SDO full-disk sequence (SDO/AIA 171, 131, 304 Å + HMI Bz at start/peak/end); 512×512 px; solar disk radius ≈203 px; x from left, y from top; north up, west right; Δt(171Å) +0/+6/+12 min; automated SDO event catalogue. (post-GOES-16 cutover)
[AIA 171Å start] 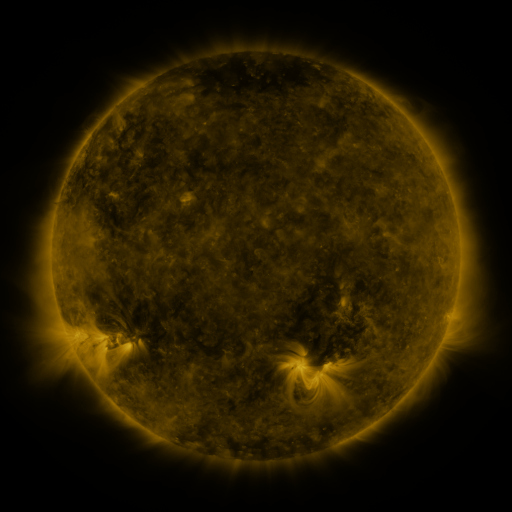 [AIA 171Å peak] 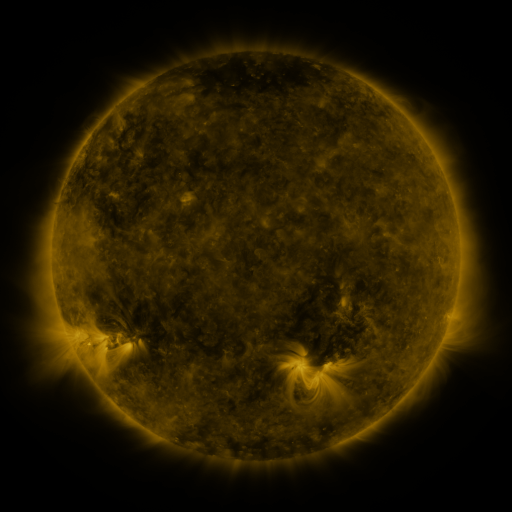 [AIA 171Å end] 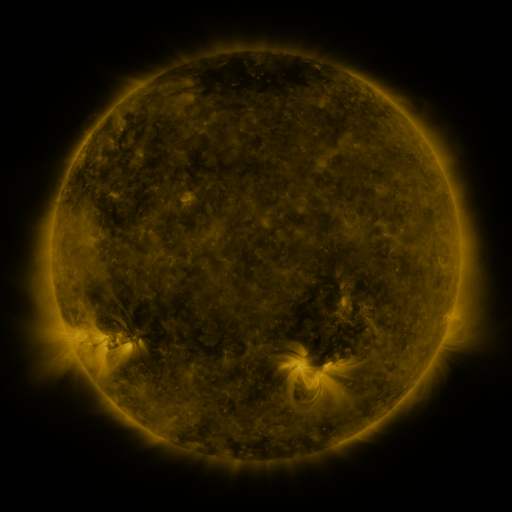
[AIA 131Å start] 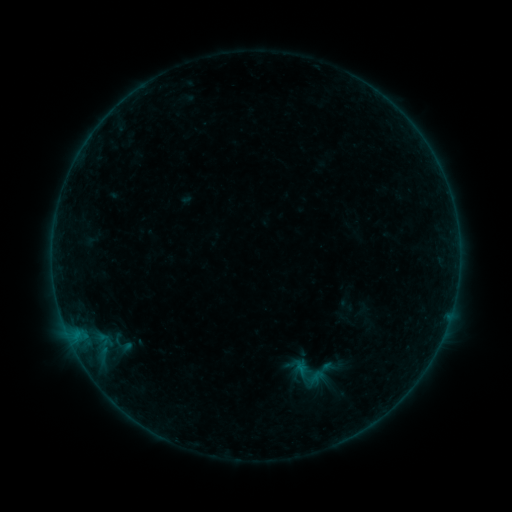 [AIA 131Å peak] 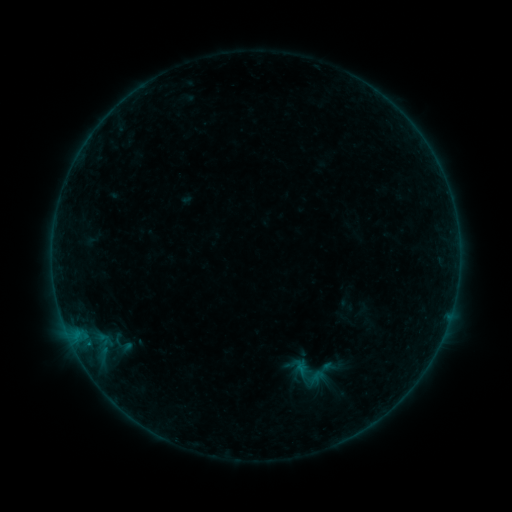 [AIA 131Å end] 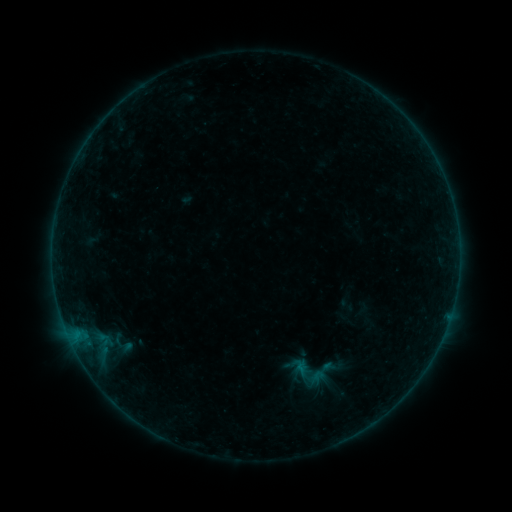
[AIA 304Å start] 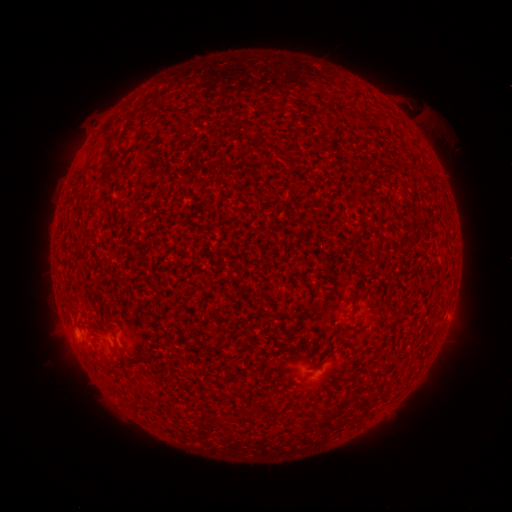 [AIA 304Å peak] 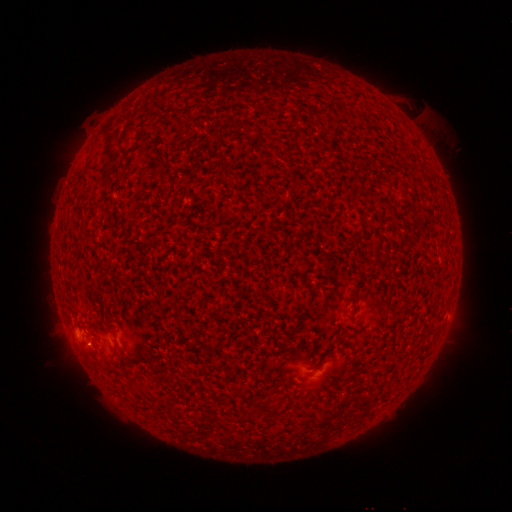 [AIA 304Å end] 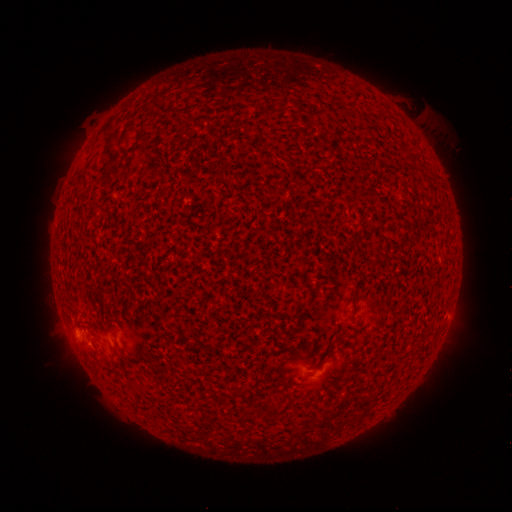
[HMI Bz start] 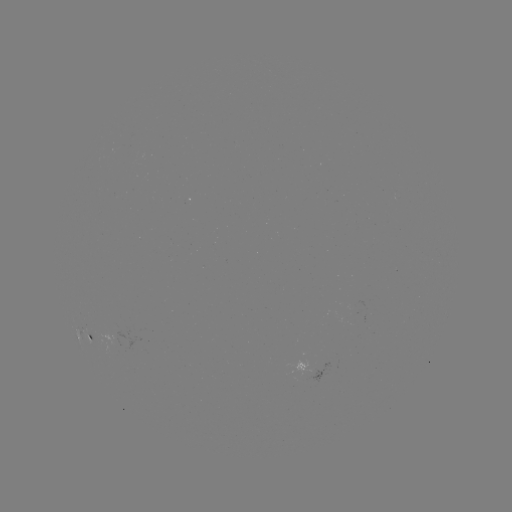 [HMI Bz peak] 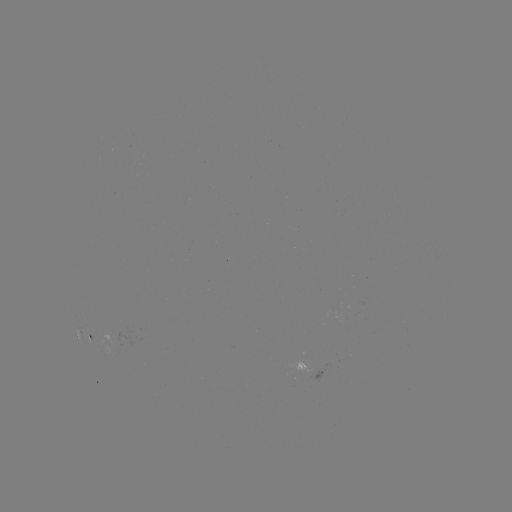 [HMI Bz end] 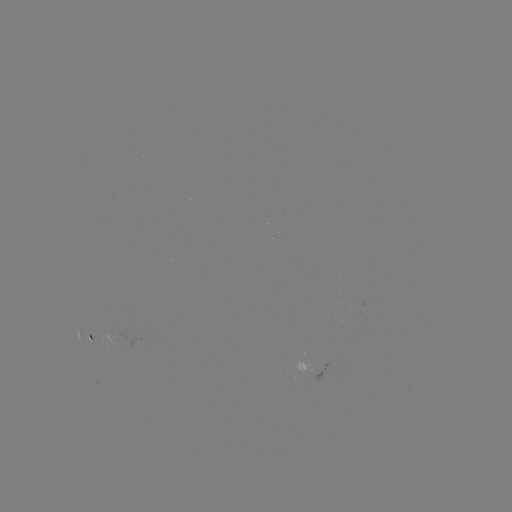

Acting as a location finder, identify A5.5 flare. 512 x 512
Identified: (88, 342).